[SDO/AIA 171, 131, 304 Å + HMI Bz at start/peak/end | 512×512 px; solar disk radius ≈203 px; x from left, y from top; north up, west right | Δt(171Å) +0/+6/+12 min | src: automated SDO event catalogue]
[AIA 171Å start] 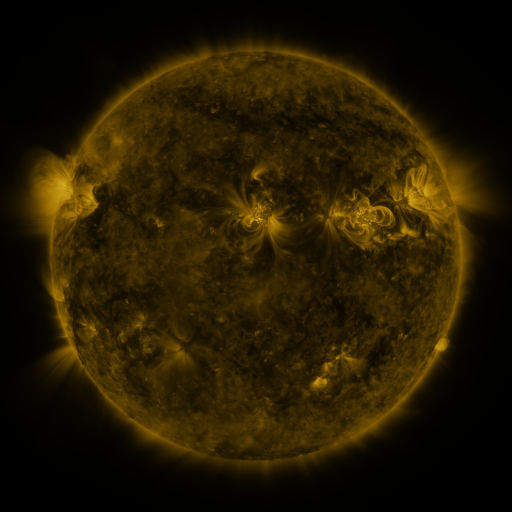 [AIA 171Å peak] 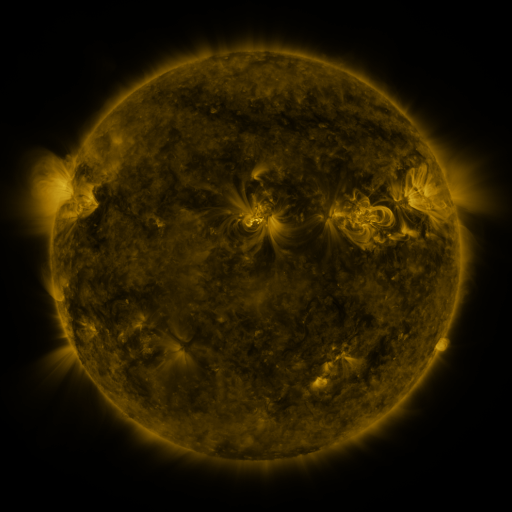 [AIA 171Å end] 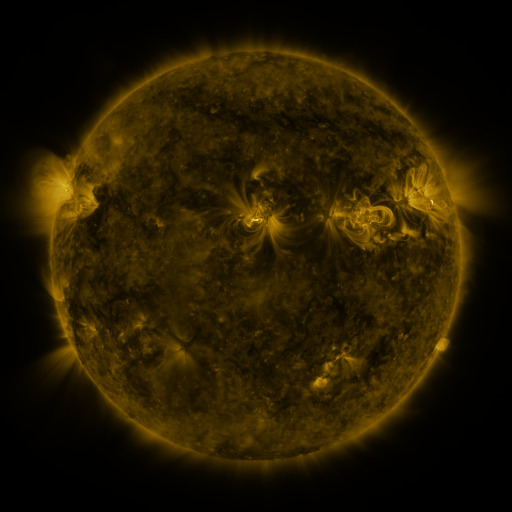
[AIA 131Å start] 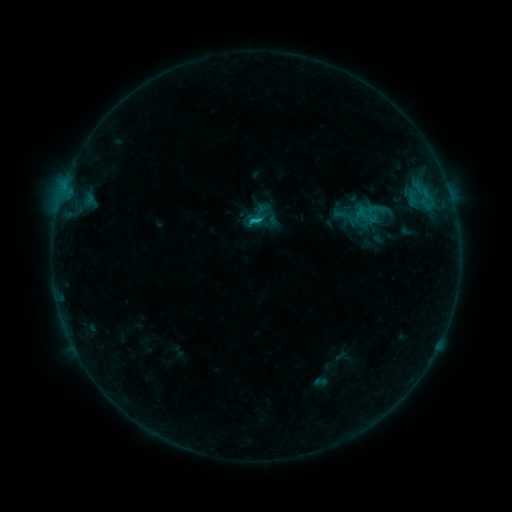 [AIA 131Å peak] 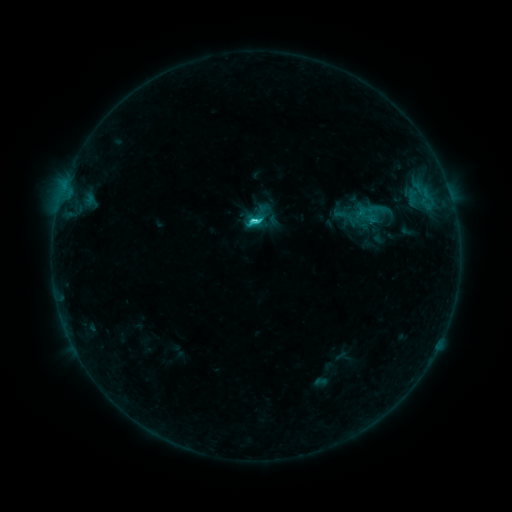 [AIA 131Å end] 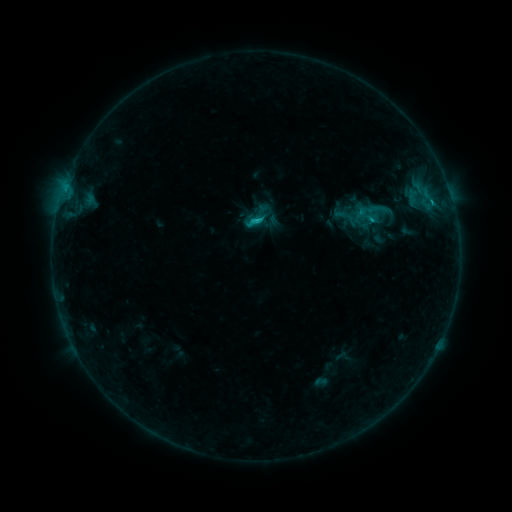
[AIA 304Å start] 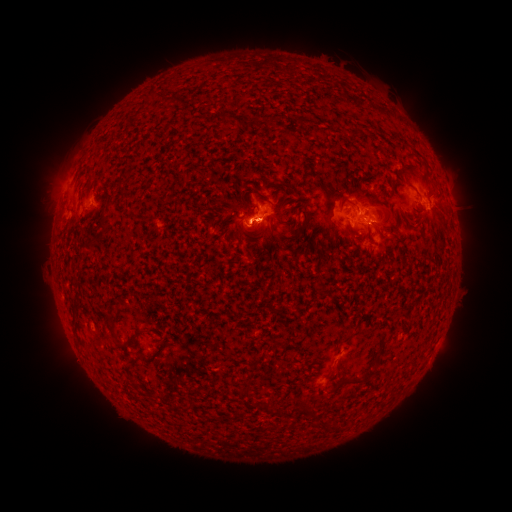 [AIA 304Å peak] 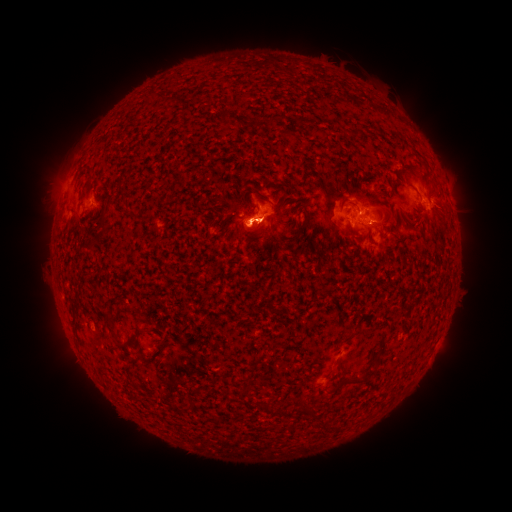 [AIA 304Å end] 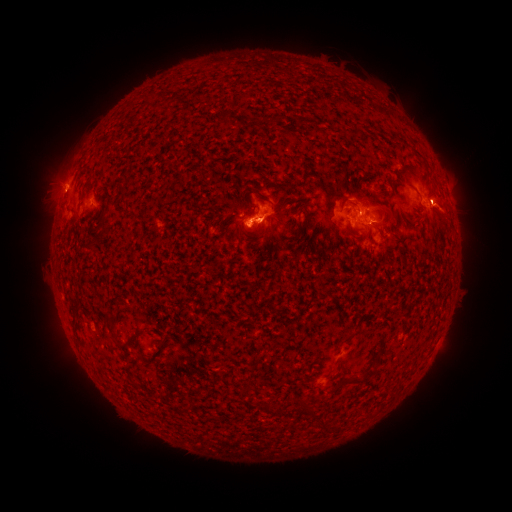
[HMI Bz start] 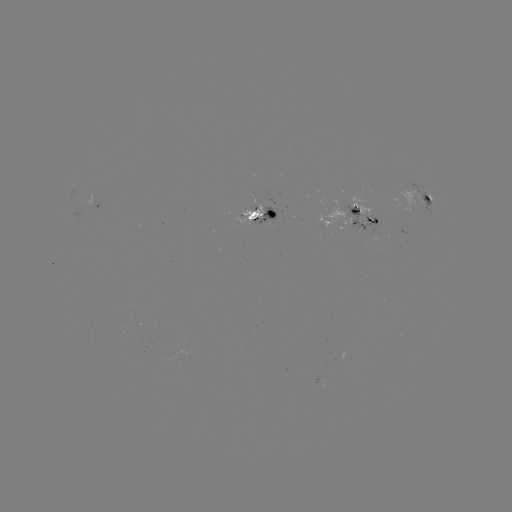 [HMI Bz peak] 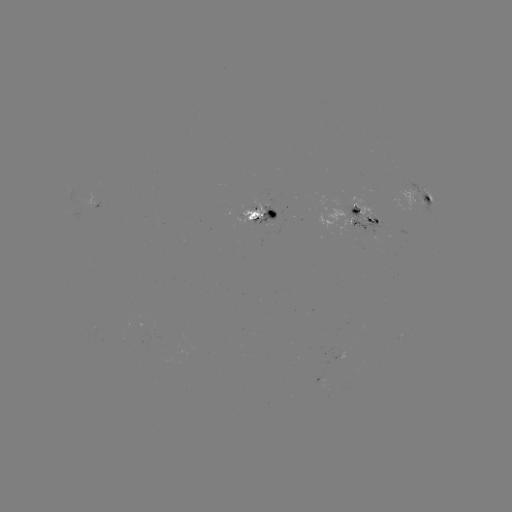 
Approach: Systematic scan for C2.3 flare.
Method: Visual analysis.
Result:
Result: C2.3 flare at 256,223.